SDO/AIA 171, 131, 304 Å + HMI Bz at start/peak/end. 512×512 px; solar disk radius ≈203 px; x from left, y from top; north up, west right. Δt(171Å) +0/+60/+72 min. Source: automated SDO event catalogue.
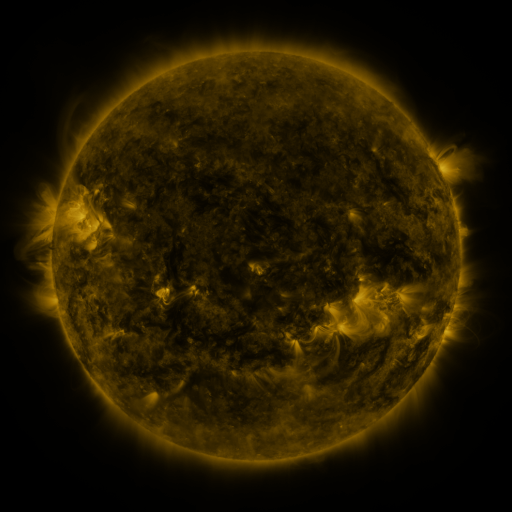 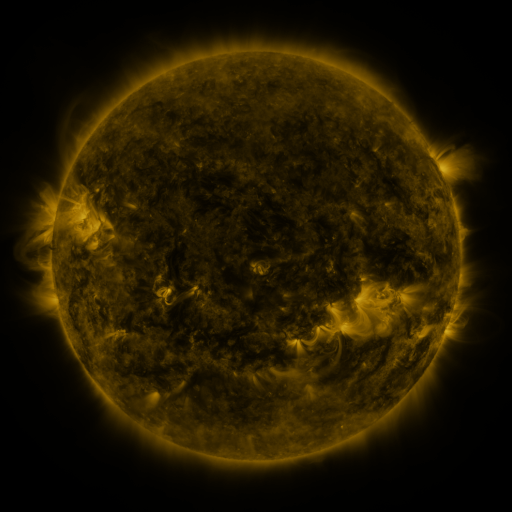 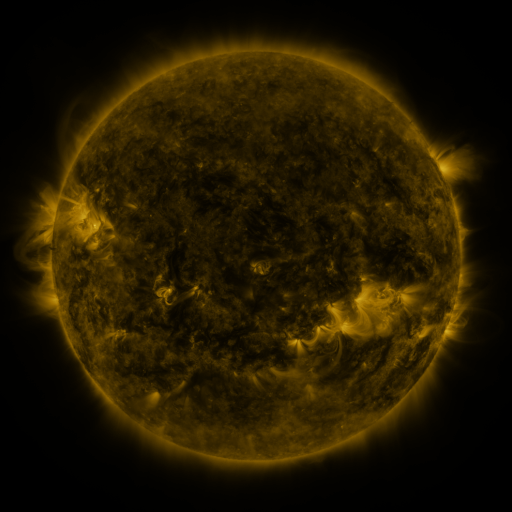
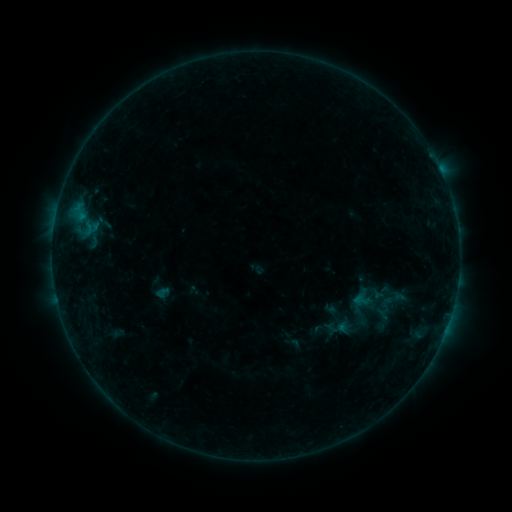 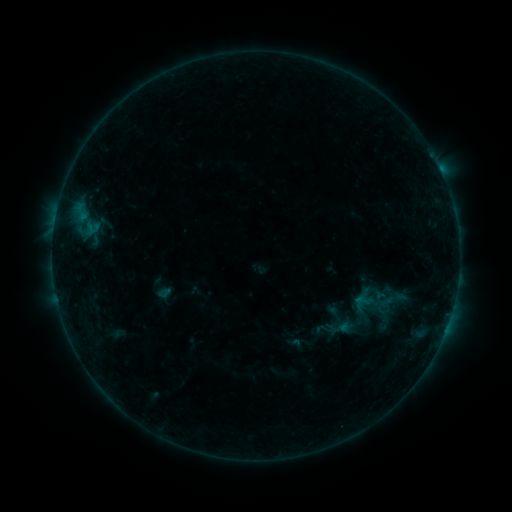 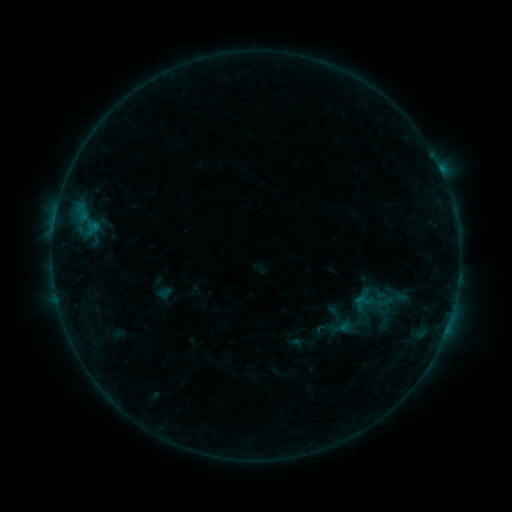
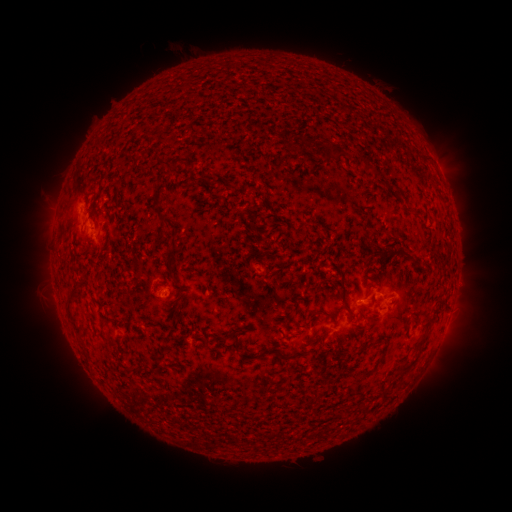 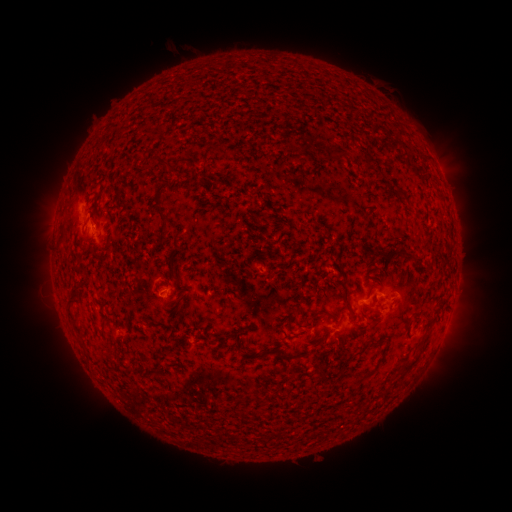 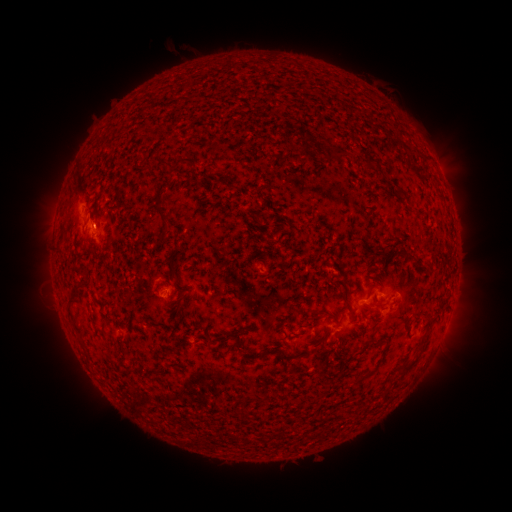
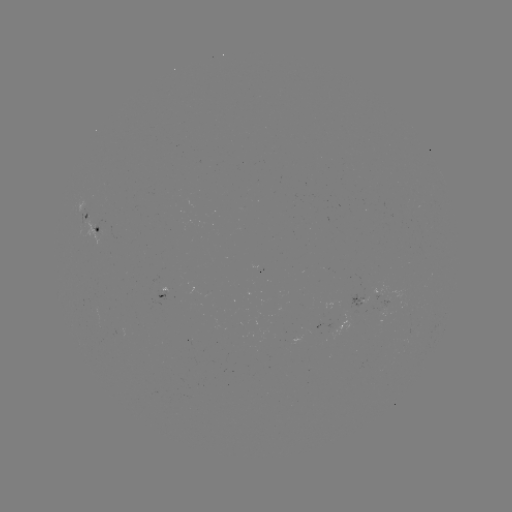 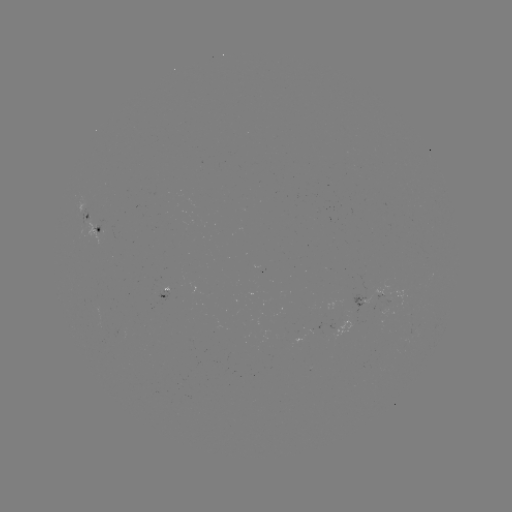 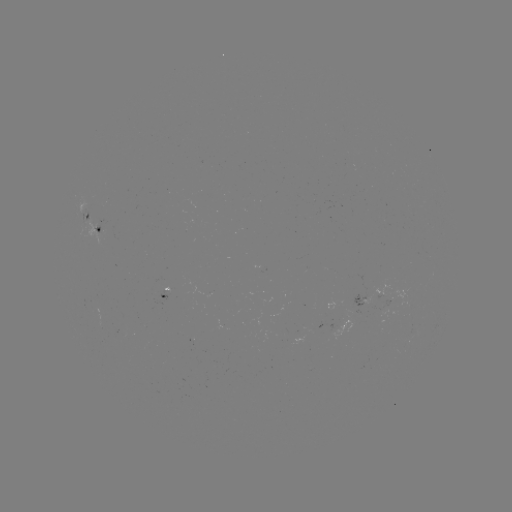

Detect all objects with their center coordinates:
emerging-flux region: (84, 223)
